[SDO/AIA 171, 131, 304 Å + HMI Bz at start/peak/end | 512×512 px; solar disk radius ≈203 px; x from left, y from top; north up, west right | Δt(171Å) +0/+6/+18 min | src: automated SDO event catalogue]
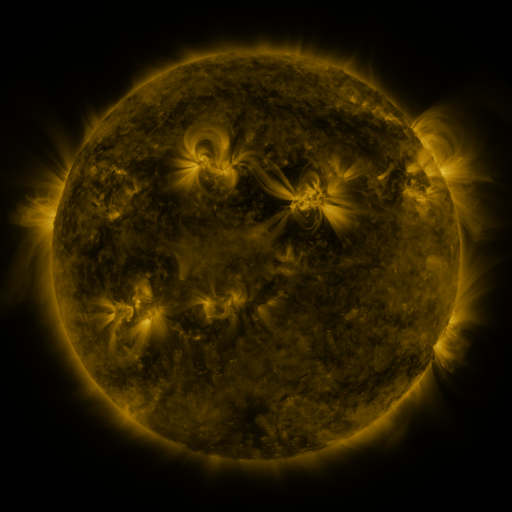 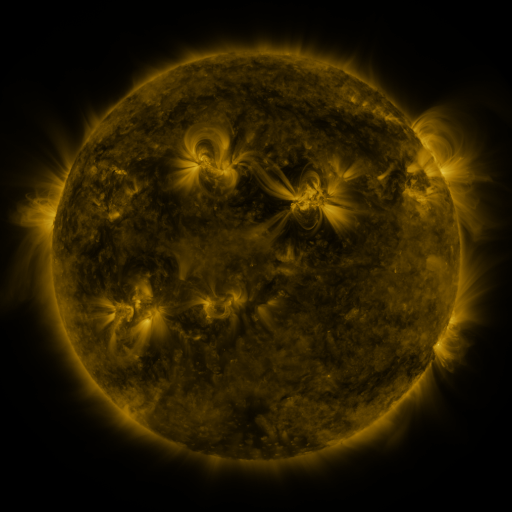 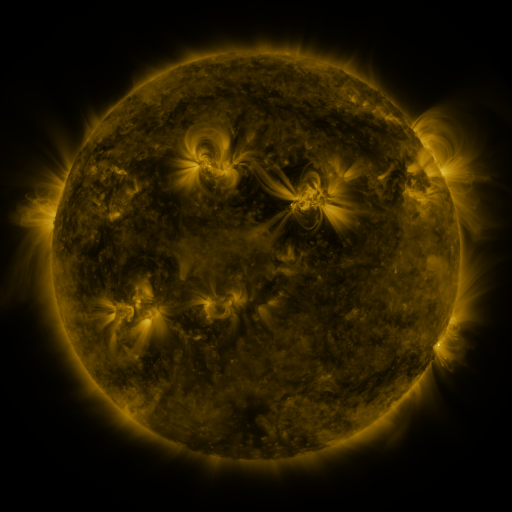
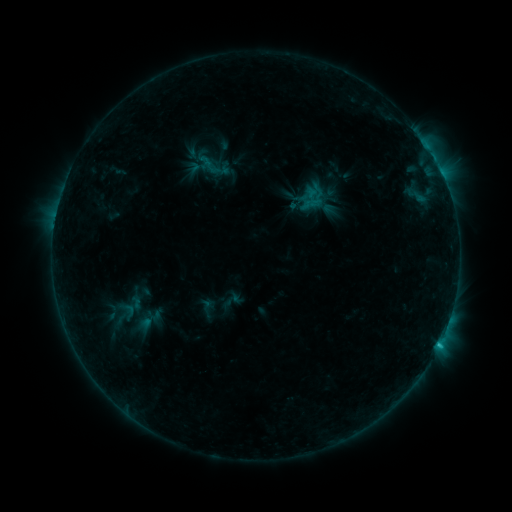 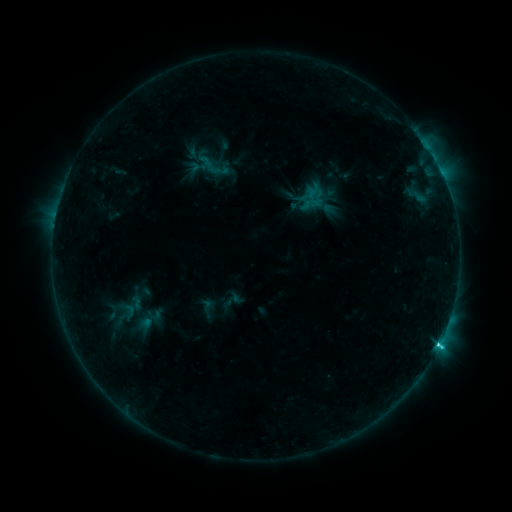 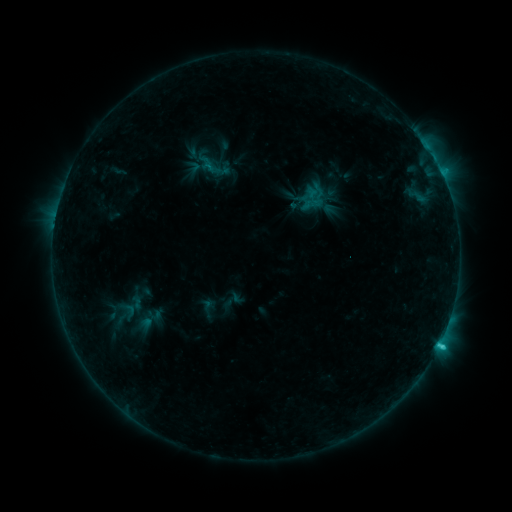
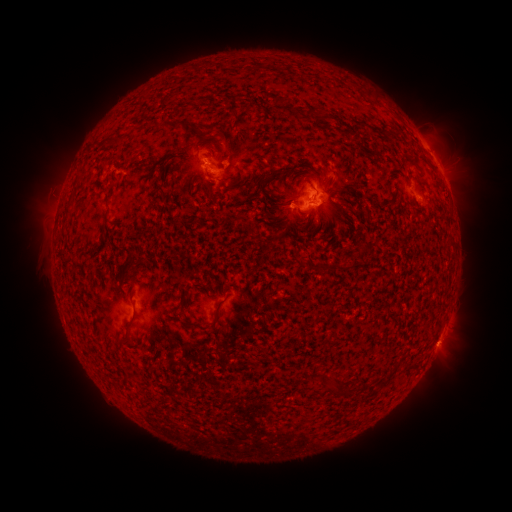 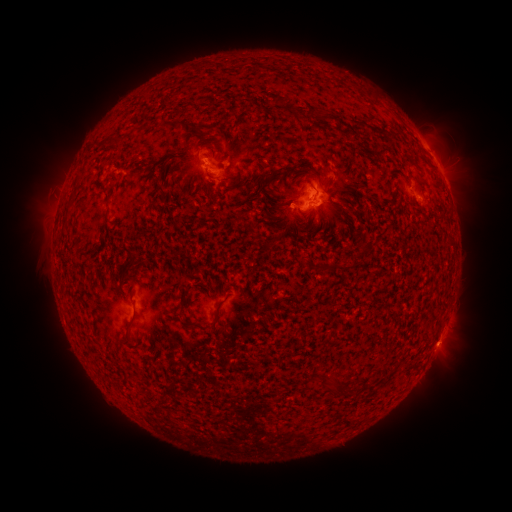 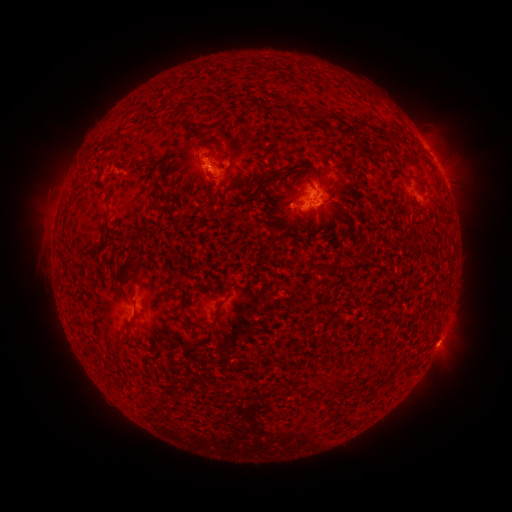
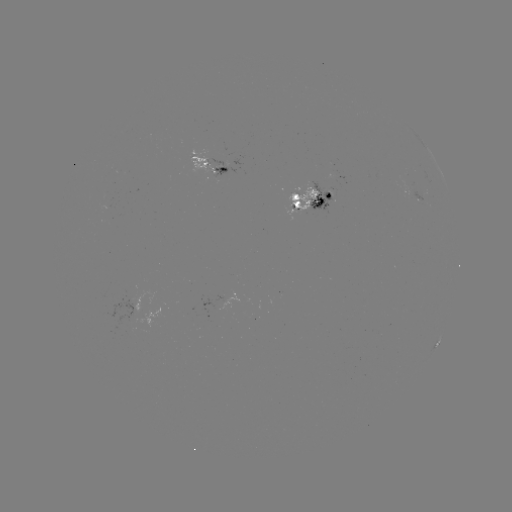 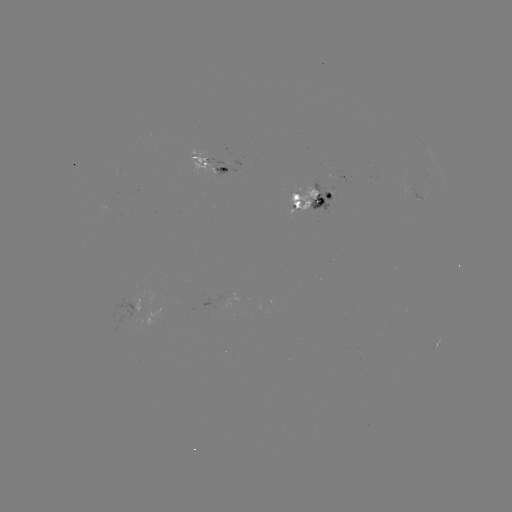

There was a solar flare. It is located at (439, 339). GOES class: C2.4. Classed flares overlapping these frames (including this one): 1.